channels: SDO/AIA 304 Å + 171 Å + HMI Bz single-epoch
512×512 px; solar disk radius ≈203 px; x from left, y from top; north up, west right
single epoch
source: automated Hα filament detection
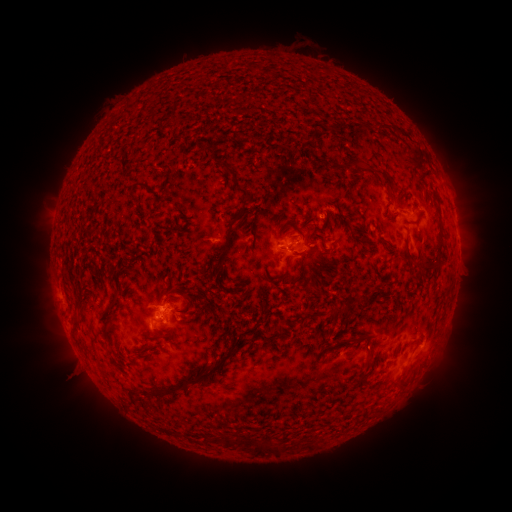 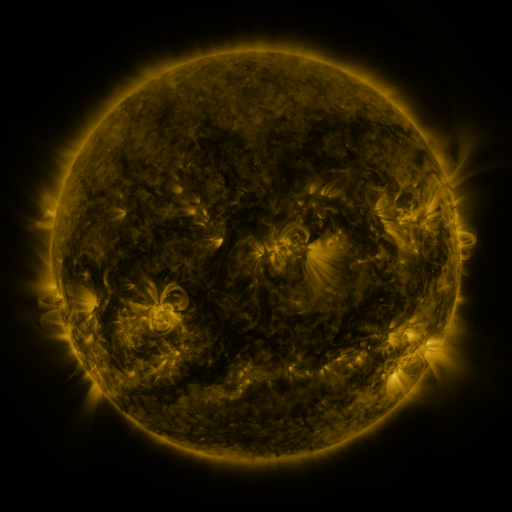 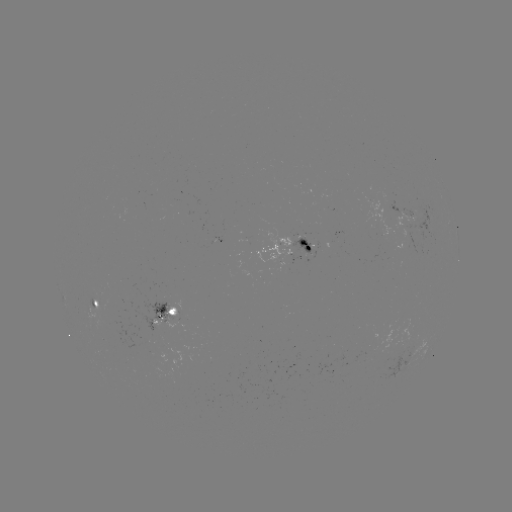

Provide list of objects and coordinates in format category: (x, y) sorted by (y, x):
filament: (234, 180)
filament: (388, 182)
filament: (143, 184)
filament: (299, 232)
filament: (228, 237)
filament: (305, 245)
filament: (221, 259)
filament: (434, 267)
filament: (283, 276)
filament: (338, 311)
filament: (75, 325)
filament: (272, 328)
filament: (159, 335)
filament: (359, 340)
filament: (142, 355)
filament: (212, 368)
filament: (360, 375)
filament: (179, 386)
filament: (226, 441)
